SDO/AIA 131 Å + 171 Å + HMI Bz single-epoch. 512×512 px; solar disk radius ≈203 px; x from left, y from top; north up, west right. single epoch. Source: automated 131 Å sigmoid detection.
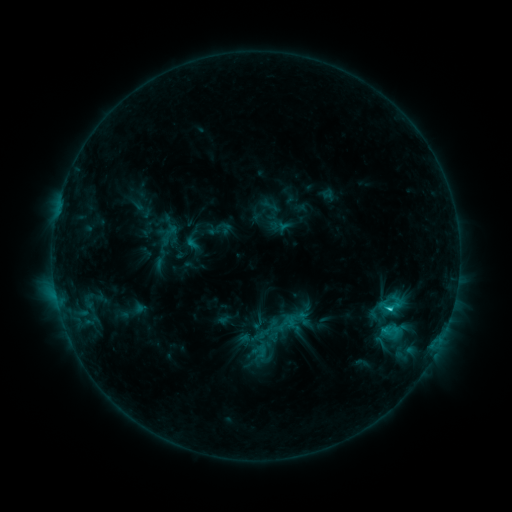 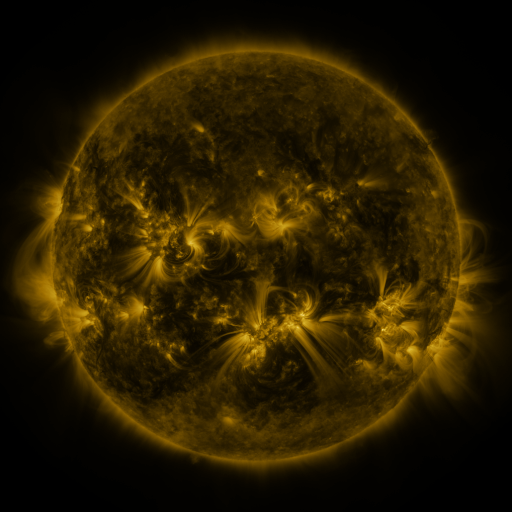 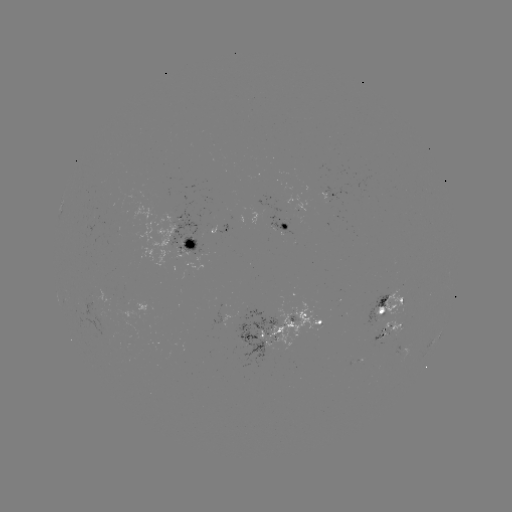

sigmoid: <bbox>383, 323, 398, 338</bbox>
